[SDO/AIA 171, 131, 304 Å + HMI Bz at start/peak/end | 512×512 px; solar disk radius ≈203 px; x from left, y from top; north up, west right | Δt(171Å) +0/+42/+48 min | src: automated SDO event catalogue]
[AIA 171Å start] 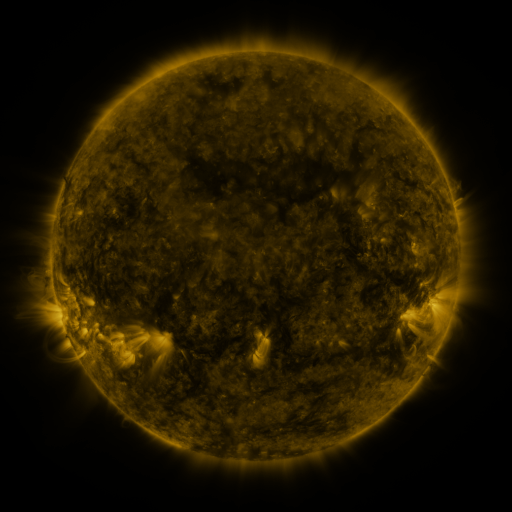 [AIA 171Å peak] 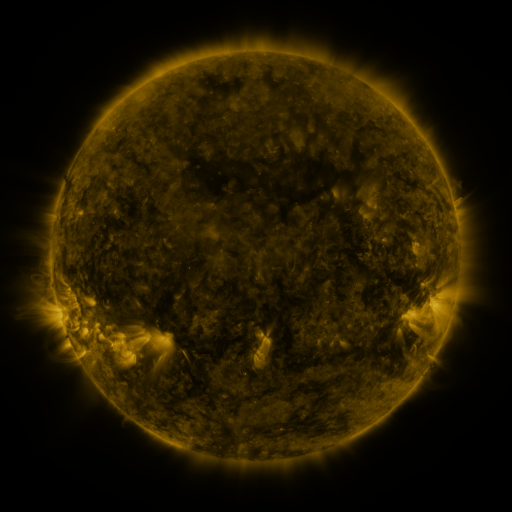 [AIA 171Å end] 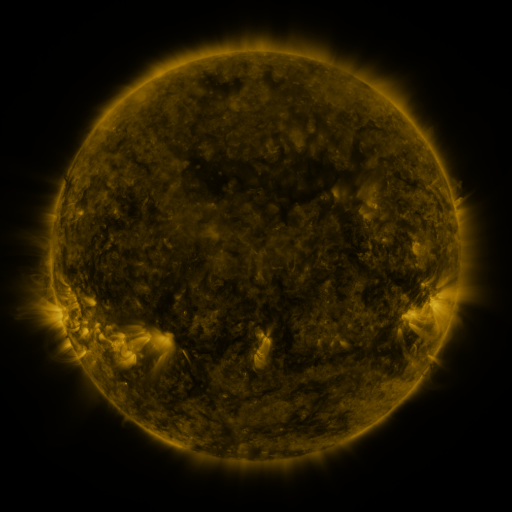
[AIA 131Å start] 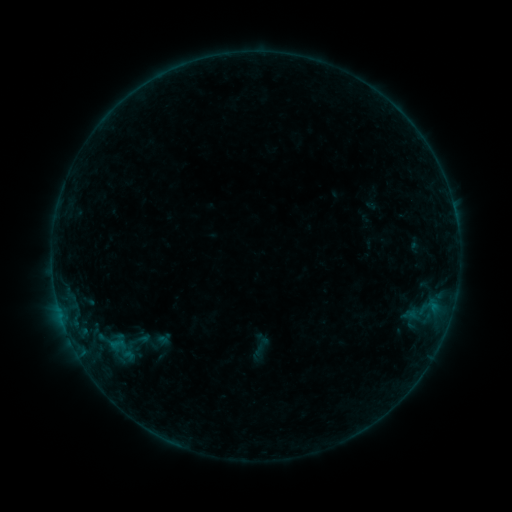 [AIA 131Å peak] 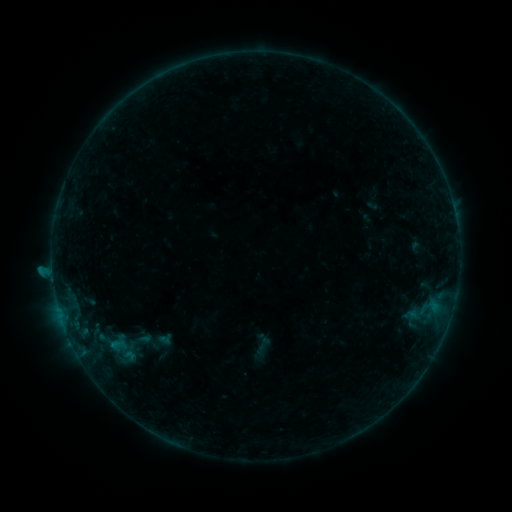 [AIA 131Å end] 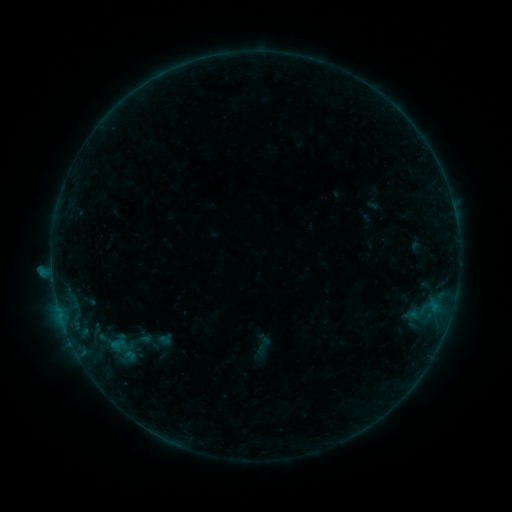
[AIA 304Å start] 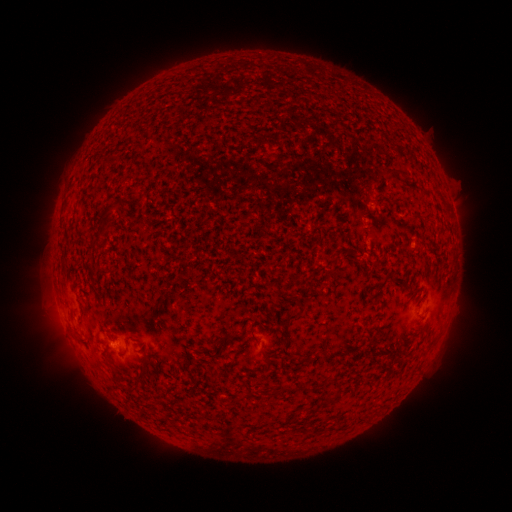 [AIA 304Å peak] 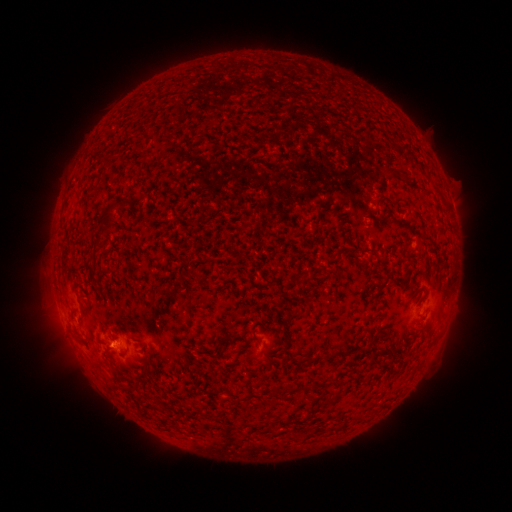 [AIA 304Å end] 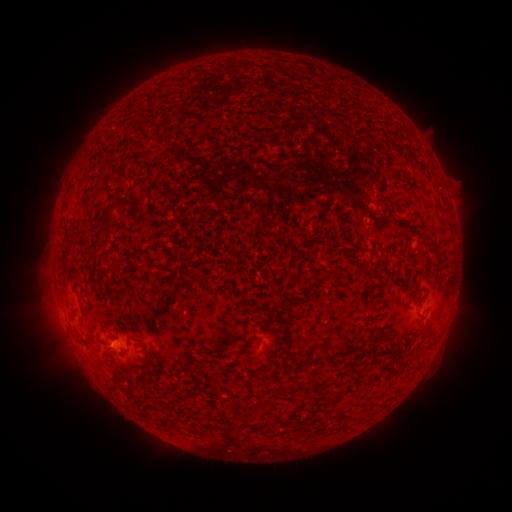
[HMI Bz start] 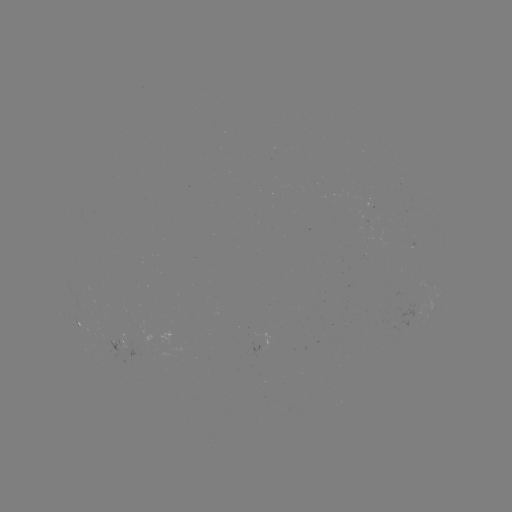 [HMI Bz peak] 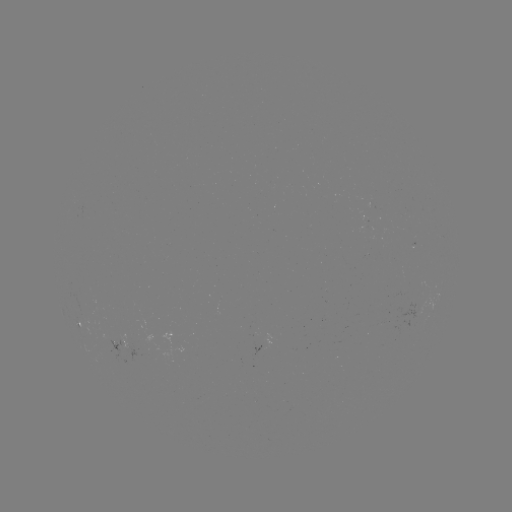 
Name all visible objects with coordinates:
B4.3 flare: (116, 342)
